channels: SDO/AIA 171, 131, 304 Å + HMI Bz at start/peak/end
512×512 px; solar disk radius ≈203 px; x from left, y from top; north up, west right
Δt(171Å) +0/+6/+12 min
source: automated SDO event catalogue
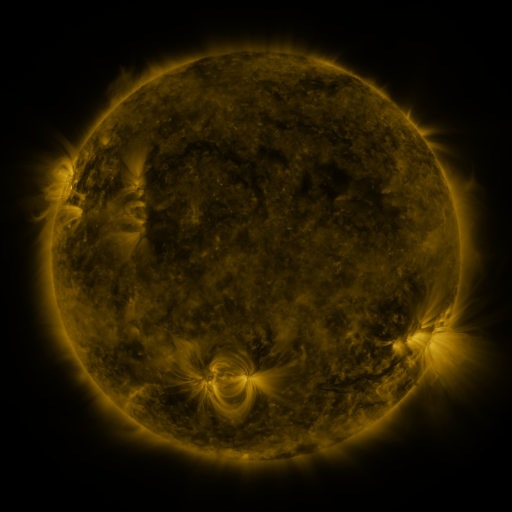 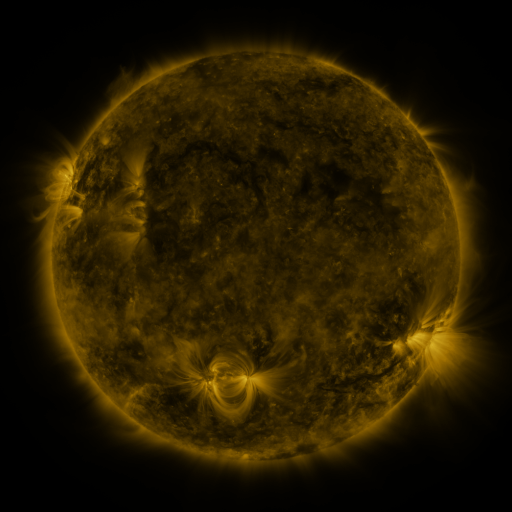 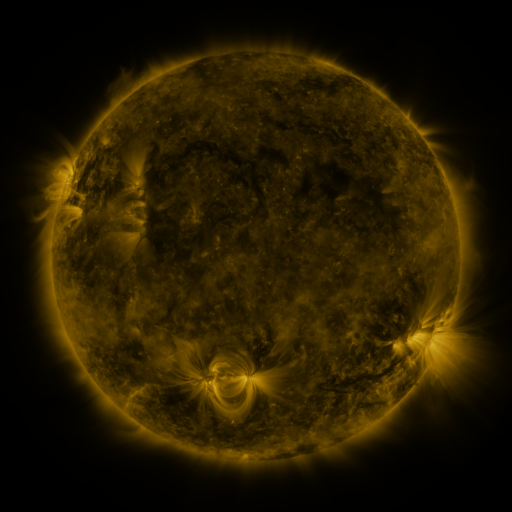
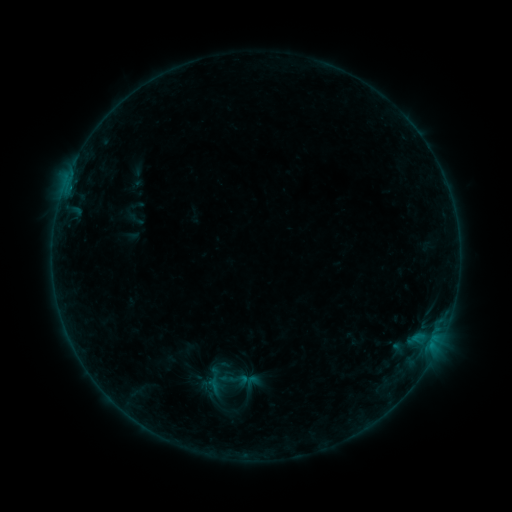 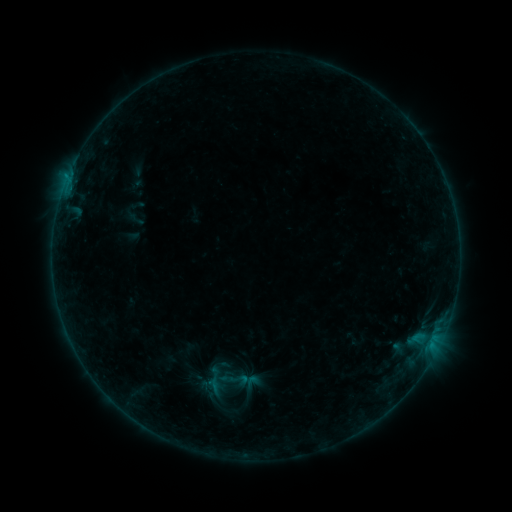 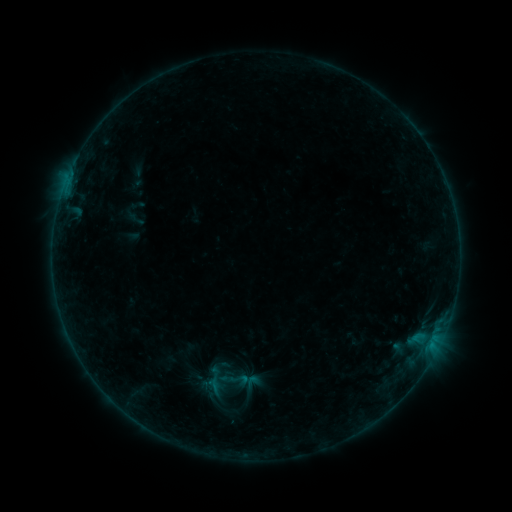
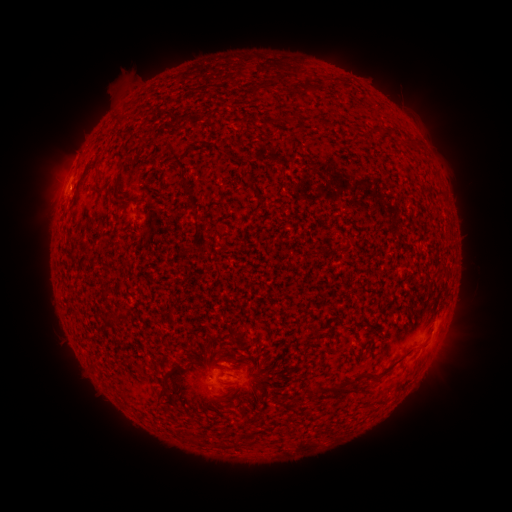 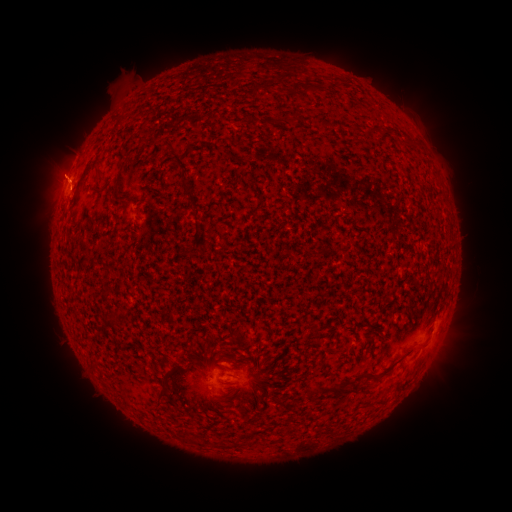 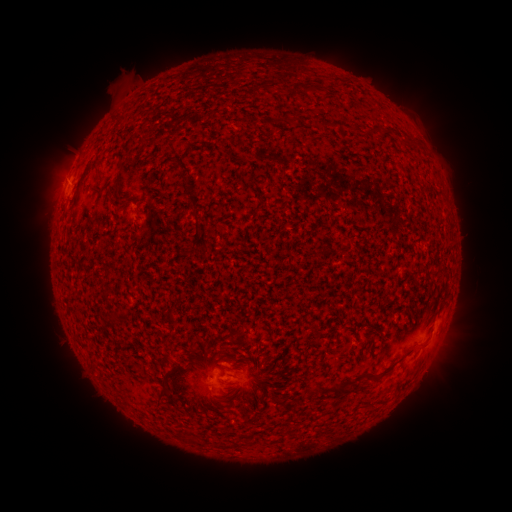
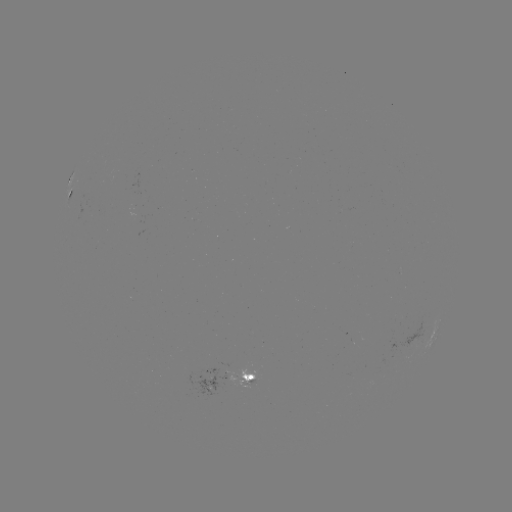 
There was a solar flare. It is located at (69, 191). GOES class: B2.7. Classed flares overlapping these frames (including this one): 1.